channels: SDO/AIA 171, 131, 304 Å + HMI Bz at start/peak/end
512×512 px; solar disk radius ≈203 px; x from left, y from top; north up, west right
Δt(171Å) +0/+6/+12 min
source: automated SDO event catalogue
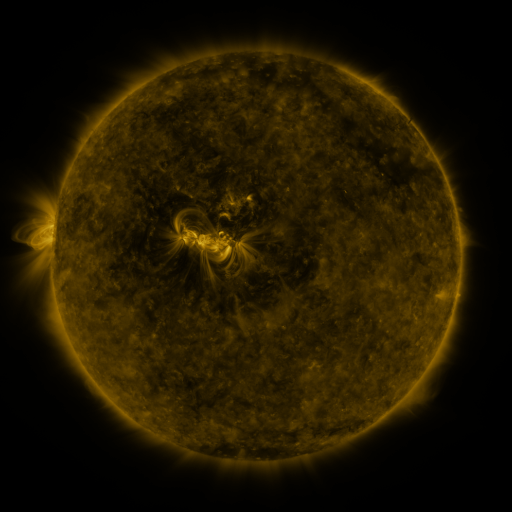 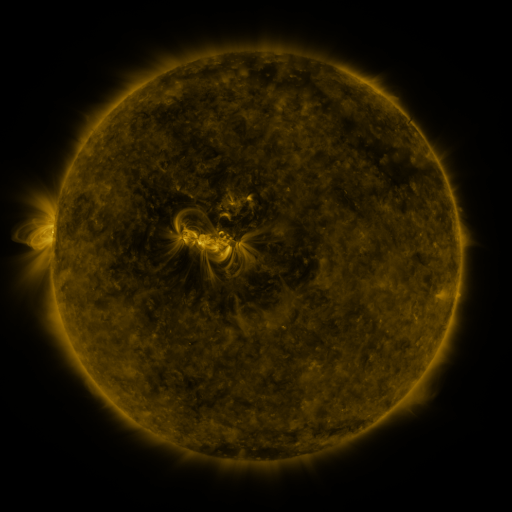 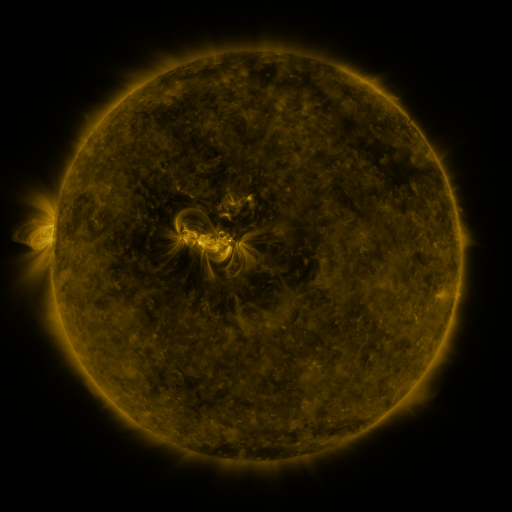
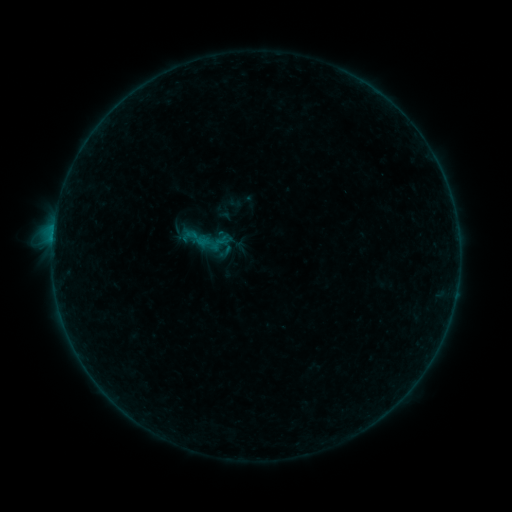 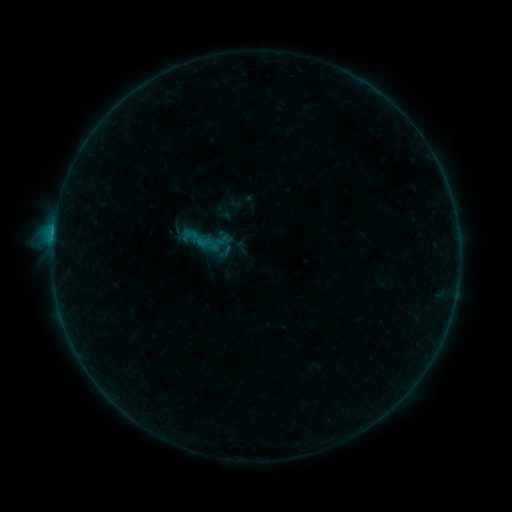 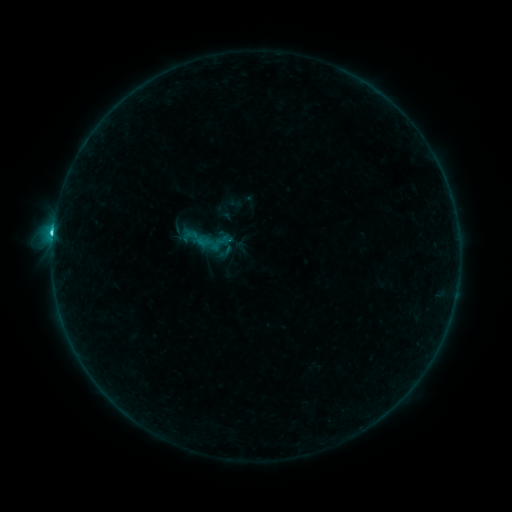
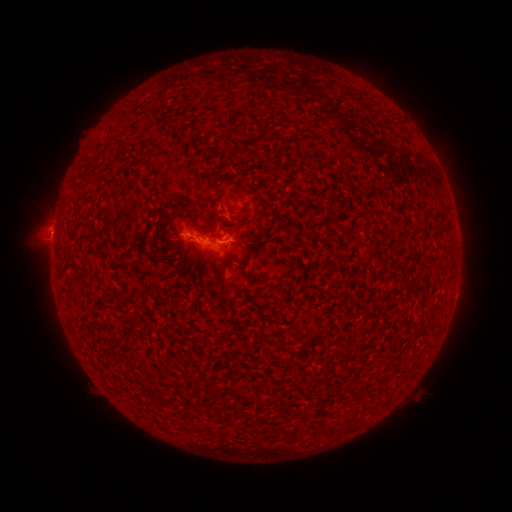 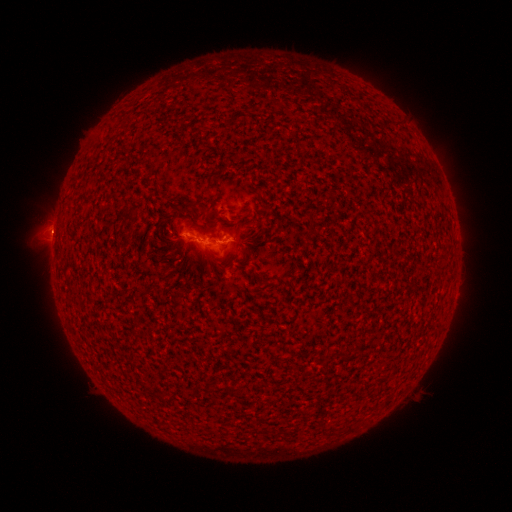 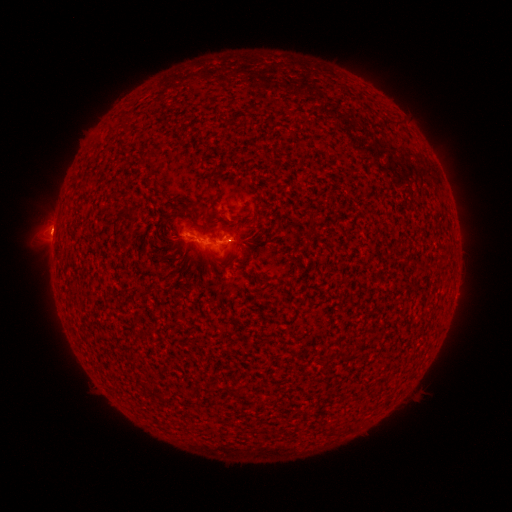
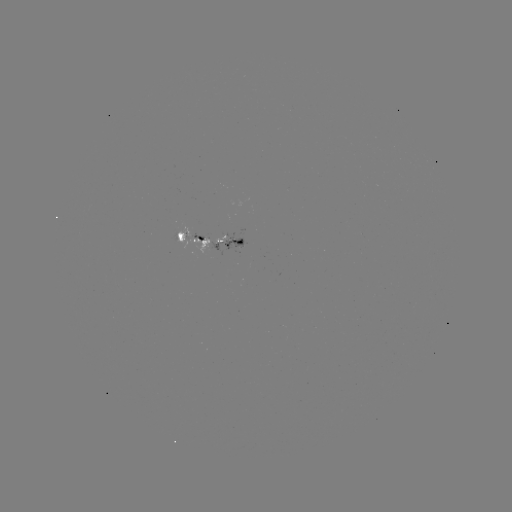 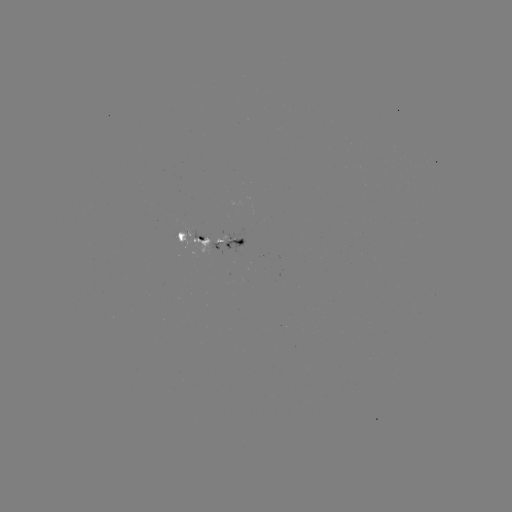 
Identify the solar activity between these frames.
eruption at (51, 233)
